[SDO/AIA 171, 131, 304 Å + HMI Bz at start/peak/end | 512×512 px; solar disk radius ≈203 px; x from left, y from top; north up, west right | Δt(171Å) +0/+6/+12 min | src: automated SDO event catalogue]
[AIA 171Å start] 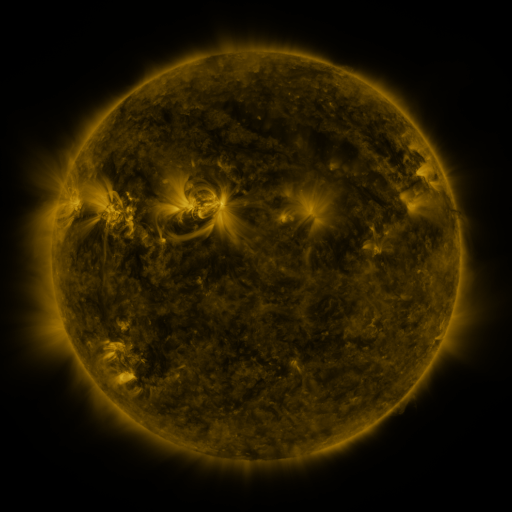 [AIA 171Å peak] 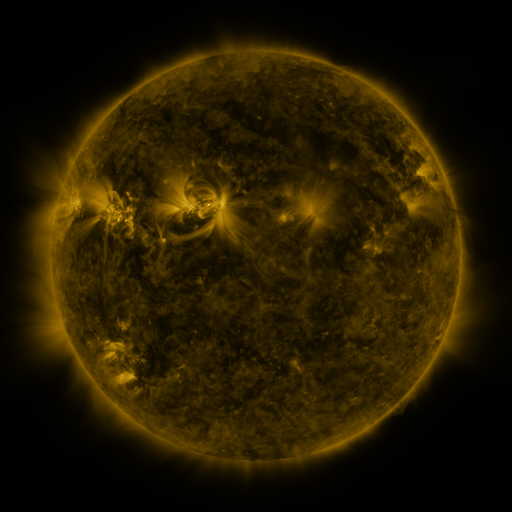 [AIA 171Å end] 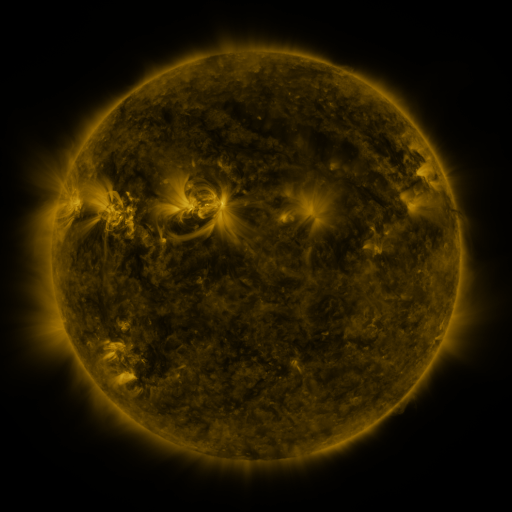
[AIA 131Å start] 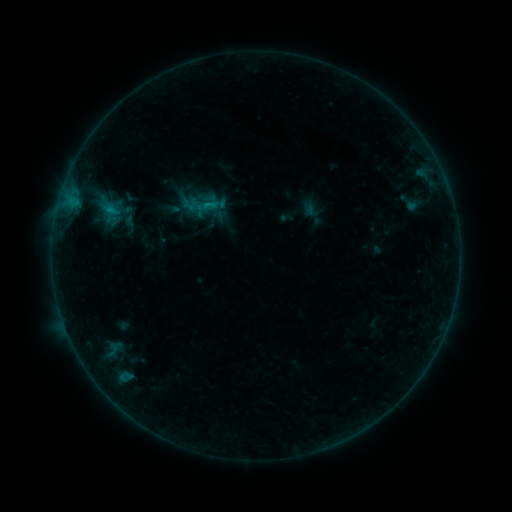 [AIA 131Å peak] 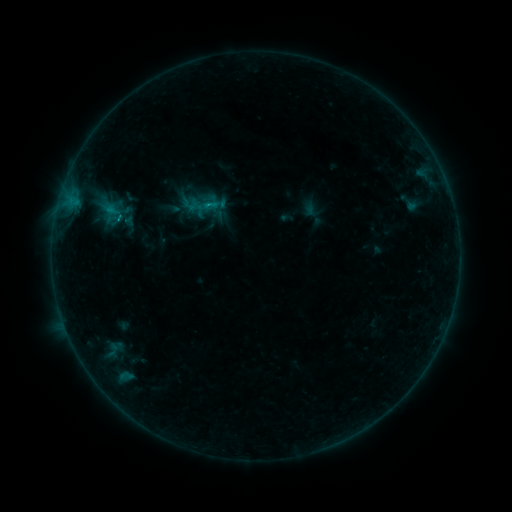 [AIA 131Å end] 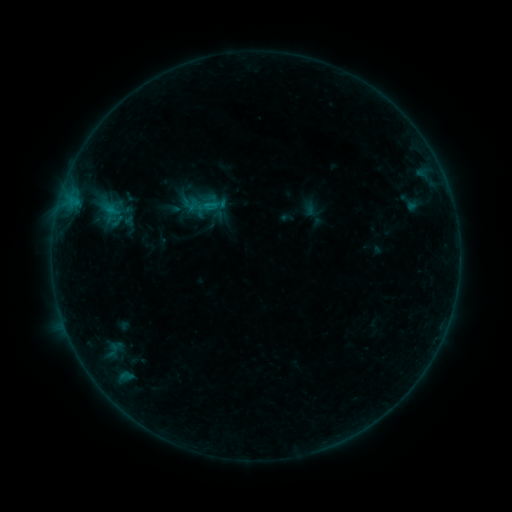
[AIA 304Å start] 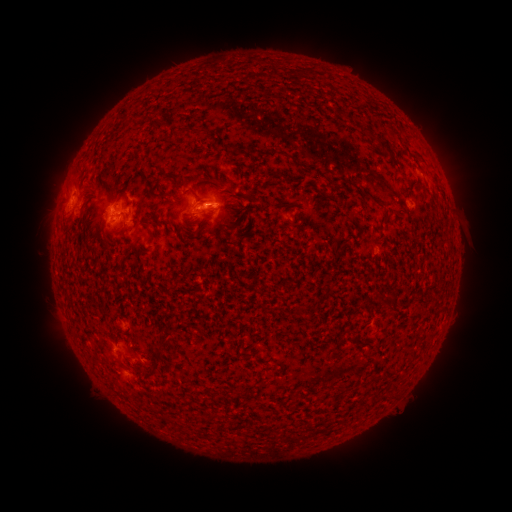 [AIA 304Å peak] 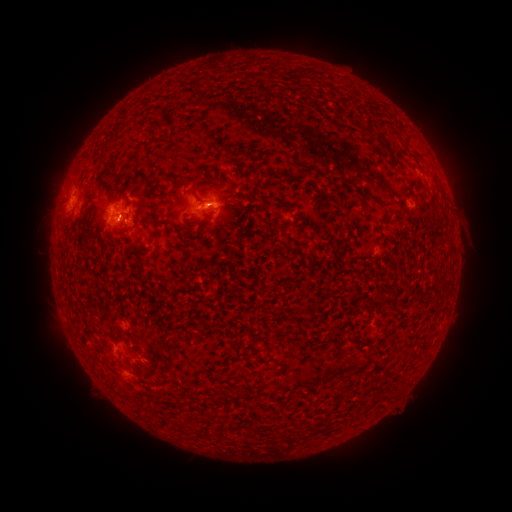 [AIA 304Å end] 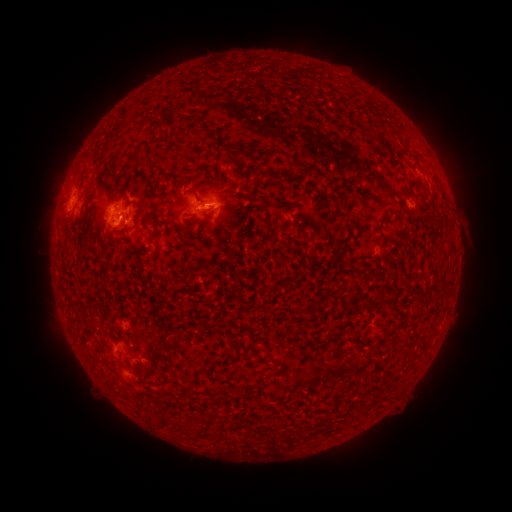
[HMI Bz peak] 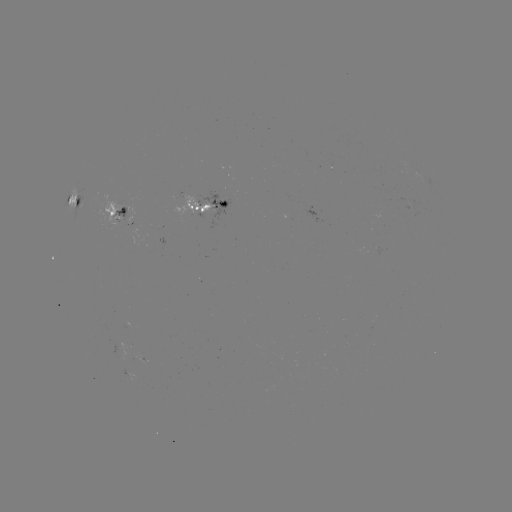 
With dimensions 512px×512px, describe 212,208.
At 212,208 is C1.1 flare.